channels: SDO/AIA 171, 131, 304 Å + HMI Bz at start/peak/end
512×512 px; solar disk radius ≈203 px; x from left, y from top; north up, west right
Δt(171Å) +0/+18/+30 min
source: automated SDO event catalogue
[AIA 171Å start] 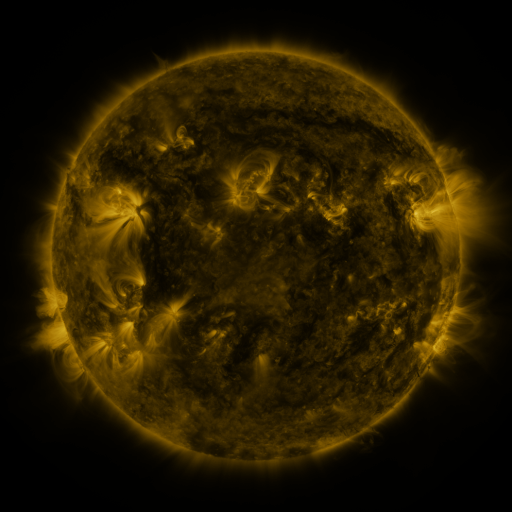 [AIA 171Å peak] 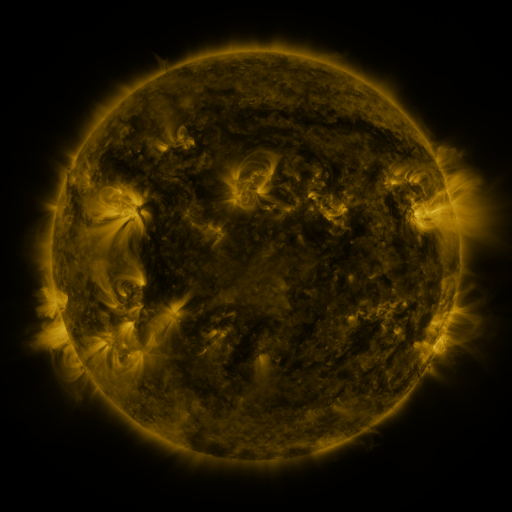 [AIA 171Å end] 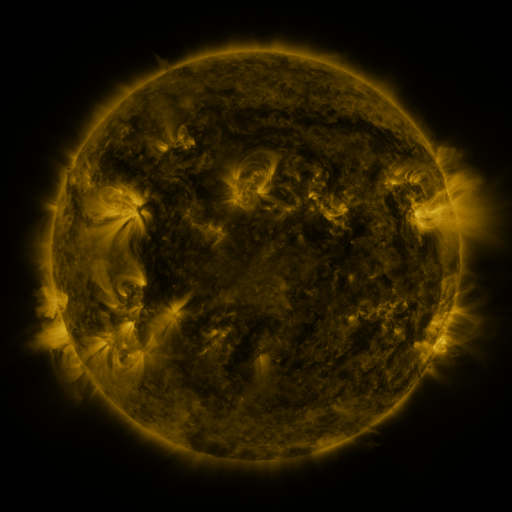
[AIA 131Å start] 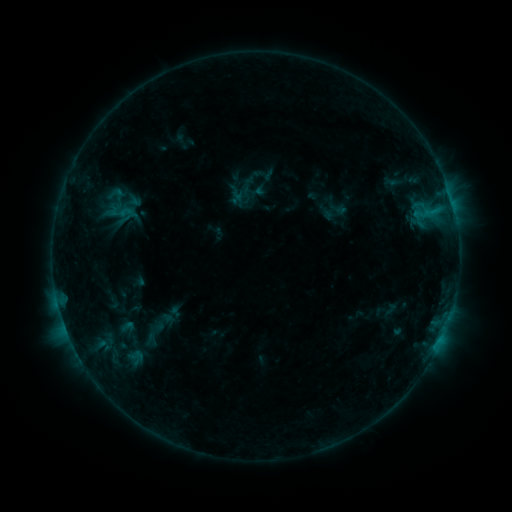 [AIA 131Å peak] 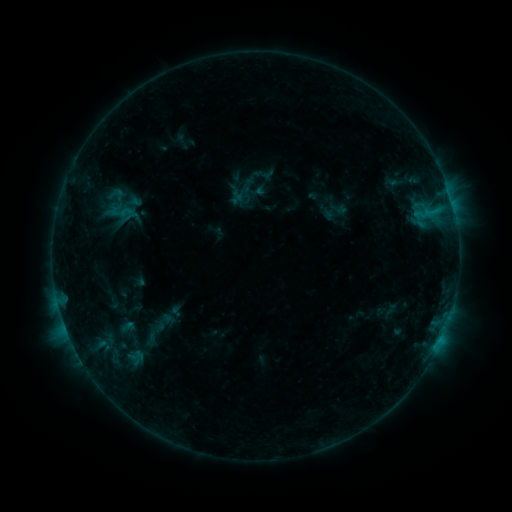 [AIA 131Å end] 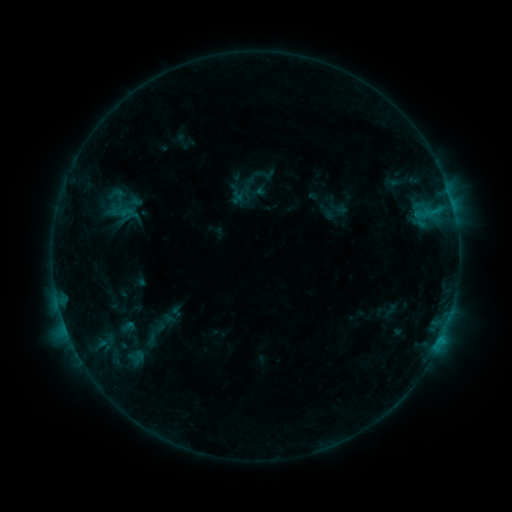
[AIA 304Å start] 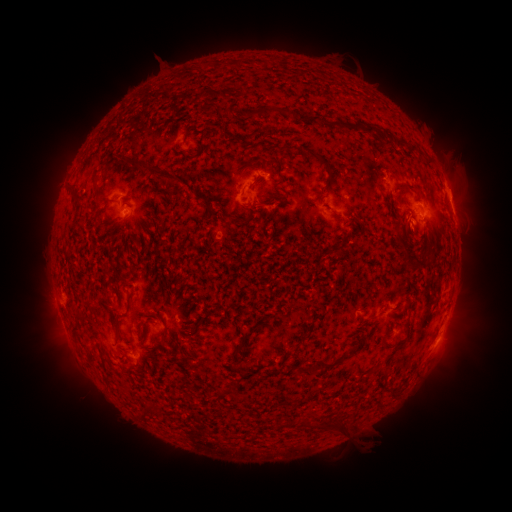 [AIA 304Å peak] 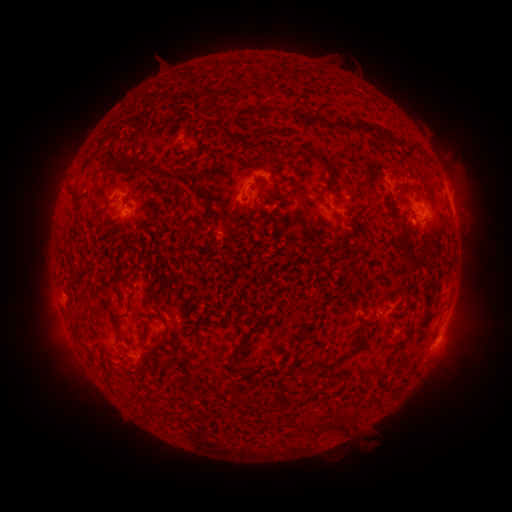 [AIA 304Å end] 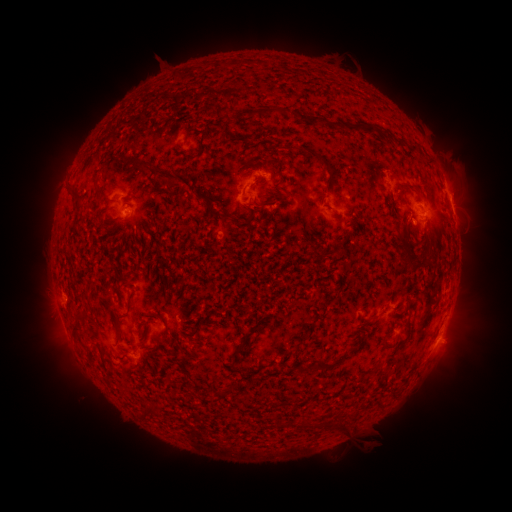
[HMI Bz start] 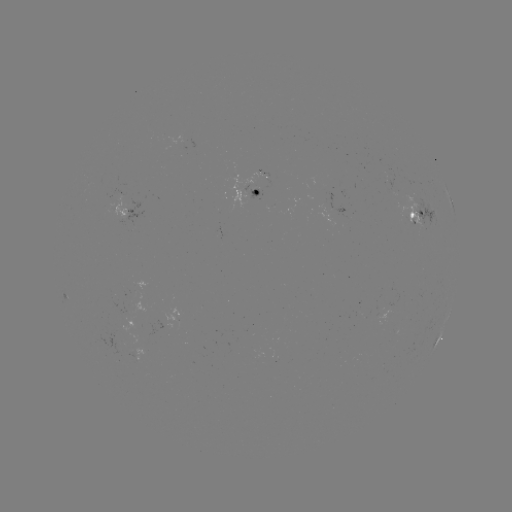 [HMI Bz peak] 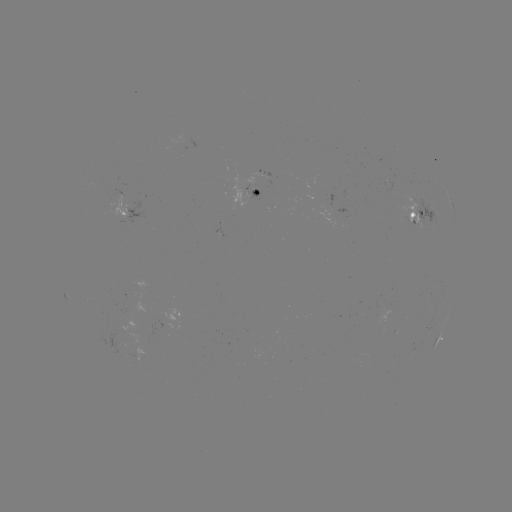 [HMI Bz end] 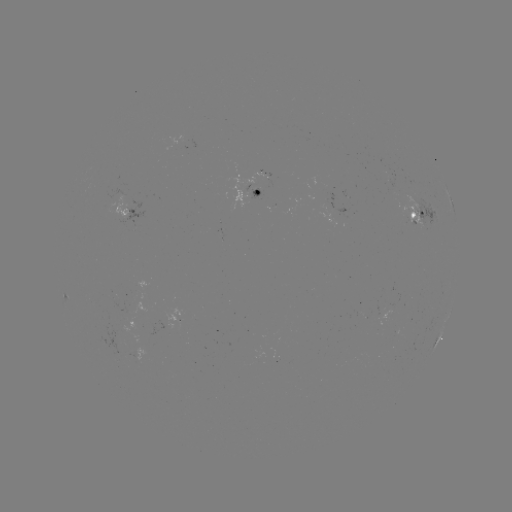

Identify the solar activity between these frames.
no classed flare was catalogued and no EUV brightening was flagged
